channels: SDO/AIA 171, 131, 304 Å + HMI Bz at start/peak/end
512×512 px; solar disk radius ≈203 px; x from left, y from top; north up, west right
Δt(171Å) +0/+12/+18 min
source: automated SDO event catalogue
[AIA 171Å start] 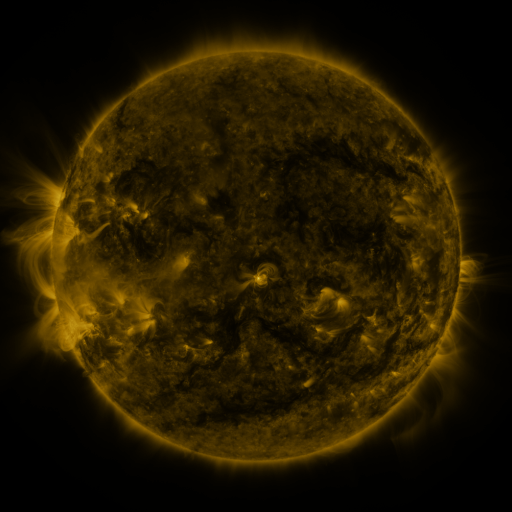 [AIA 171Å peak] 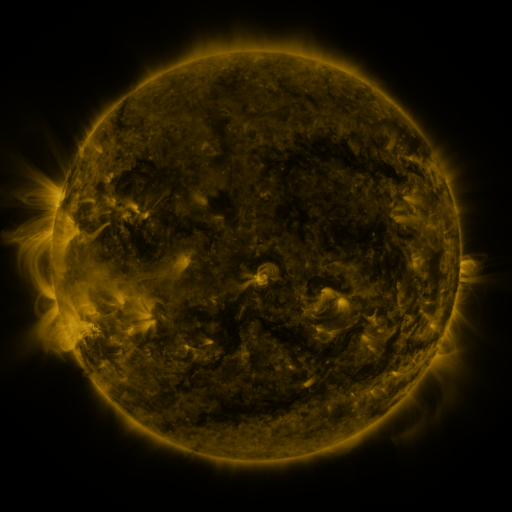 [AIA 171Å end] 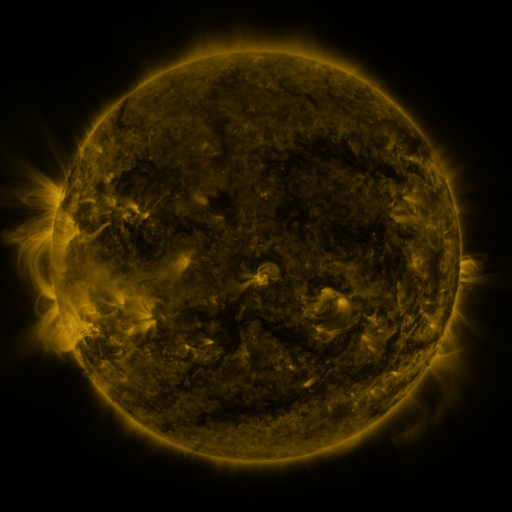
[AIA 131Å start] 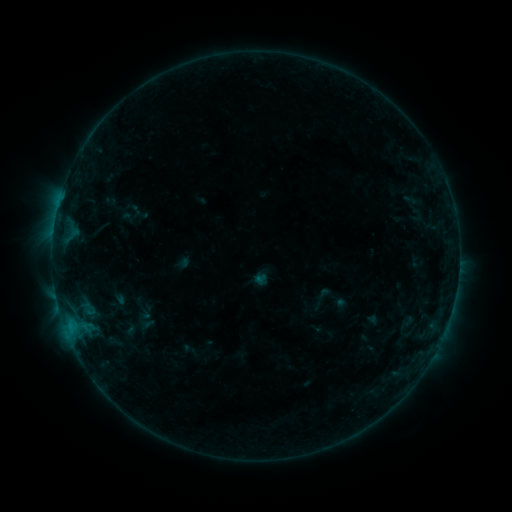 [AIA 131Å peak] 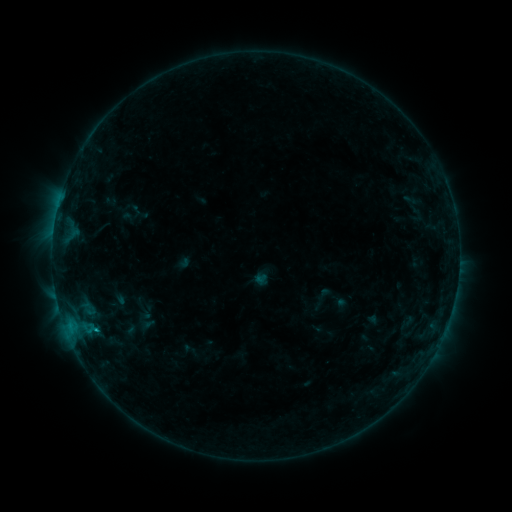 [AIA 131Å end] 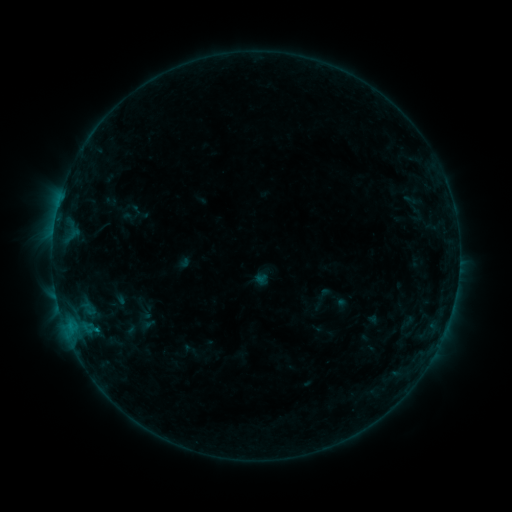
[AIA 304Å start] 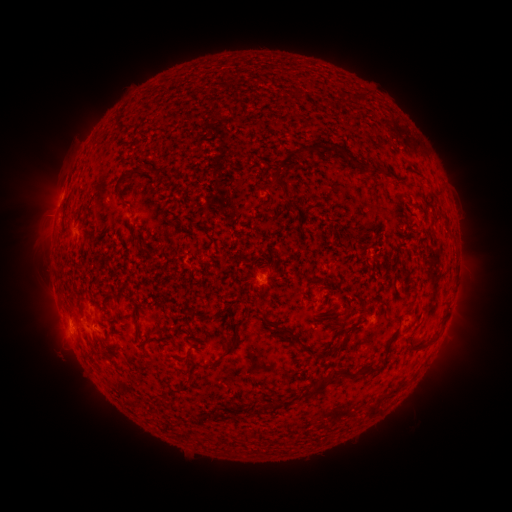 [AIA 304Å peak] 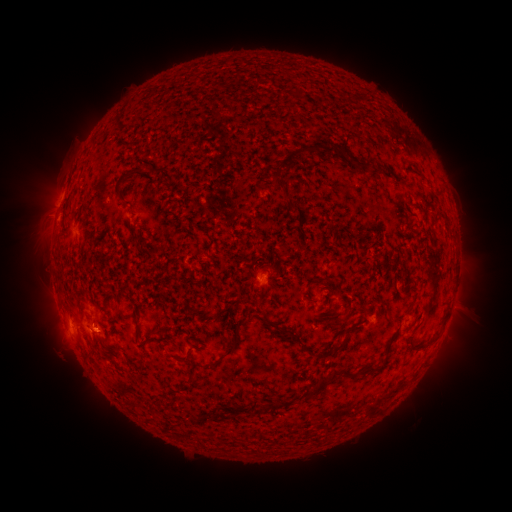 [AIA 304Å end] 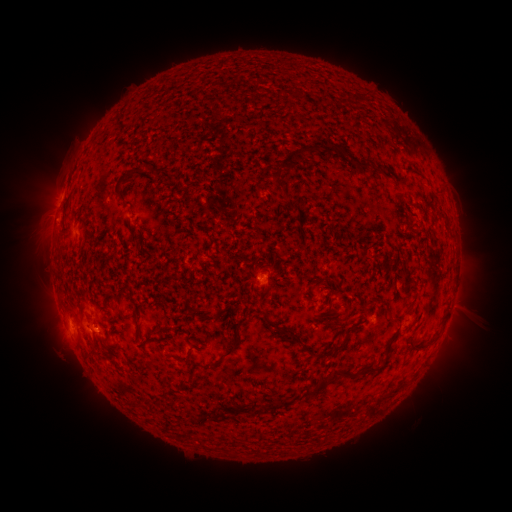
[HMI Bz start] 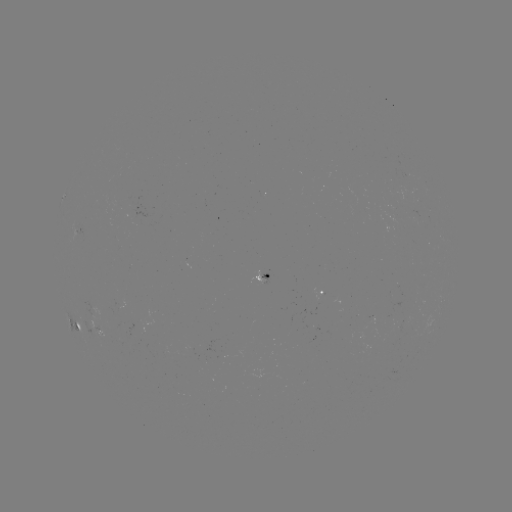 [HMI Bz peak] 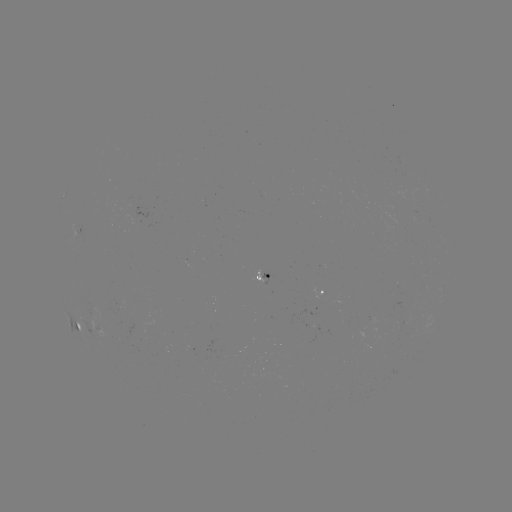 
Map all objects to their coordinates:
B5.1 flare: (96, 328)
